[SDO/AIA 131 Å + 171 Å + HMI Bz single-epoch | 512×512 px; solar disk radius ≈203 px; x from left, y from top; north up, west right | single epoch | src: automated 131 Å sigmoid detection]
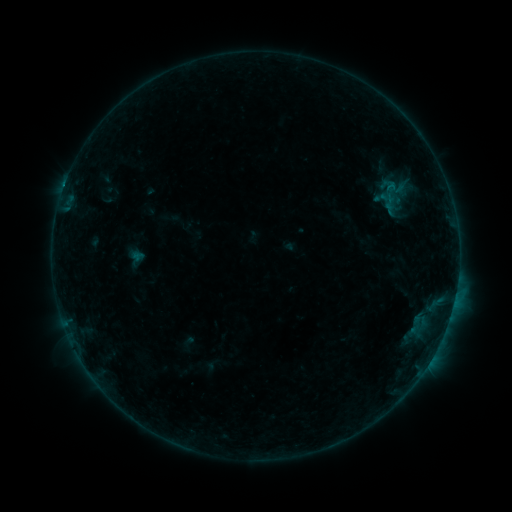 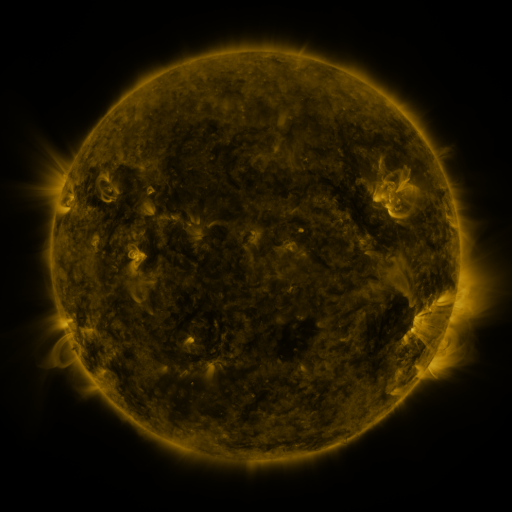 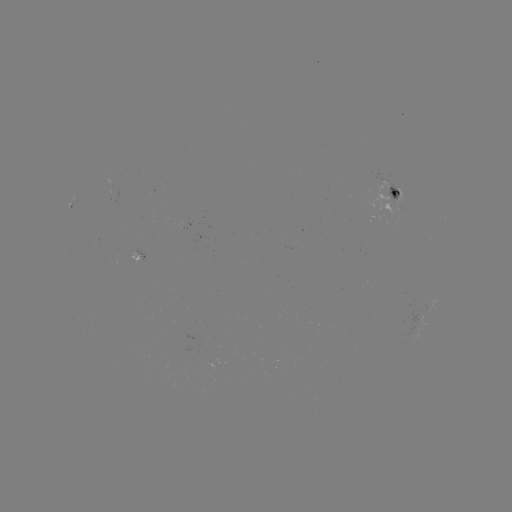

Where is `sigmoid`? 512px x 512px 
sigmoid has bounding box [367, 176, 413, 207].